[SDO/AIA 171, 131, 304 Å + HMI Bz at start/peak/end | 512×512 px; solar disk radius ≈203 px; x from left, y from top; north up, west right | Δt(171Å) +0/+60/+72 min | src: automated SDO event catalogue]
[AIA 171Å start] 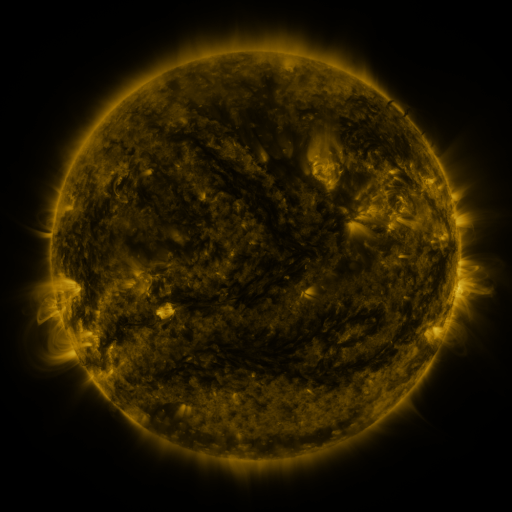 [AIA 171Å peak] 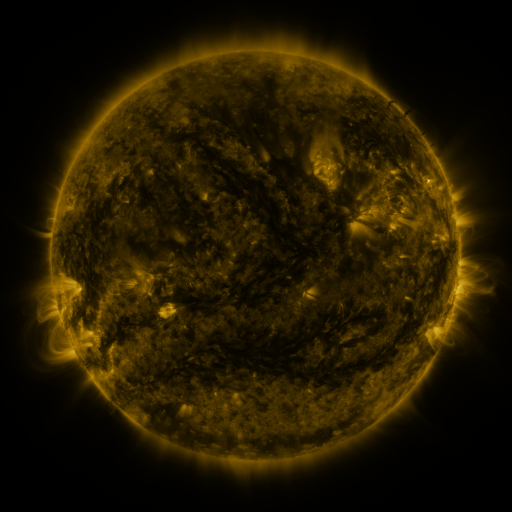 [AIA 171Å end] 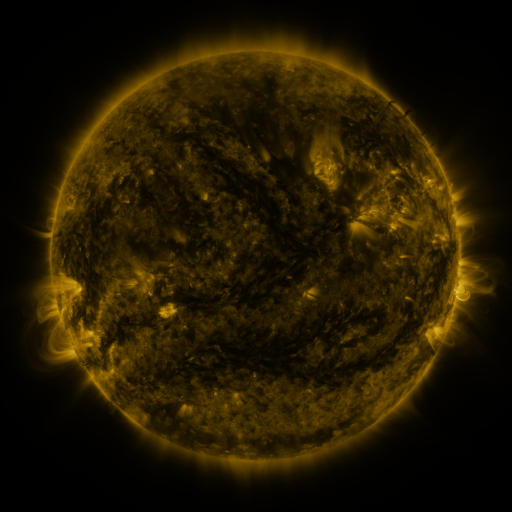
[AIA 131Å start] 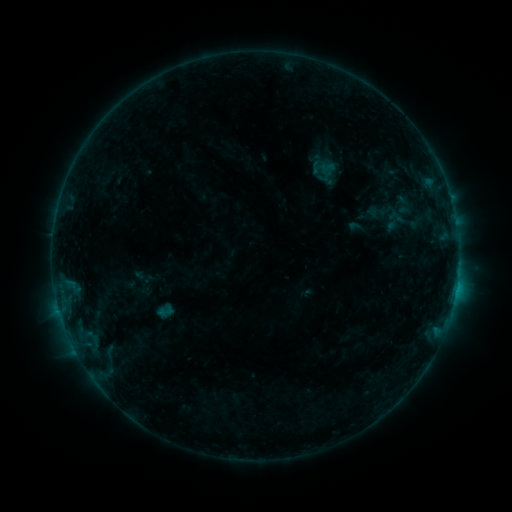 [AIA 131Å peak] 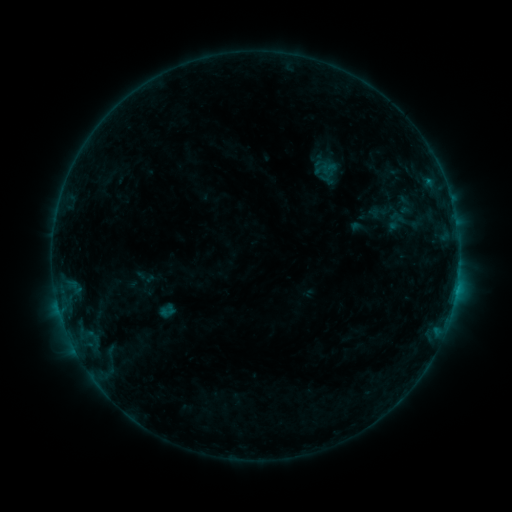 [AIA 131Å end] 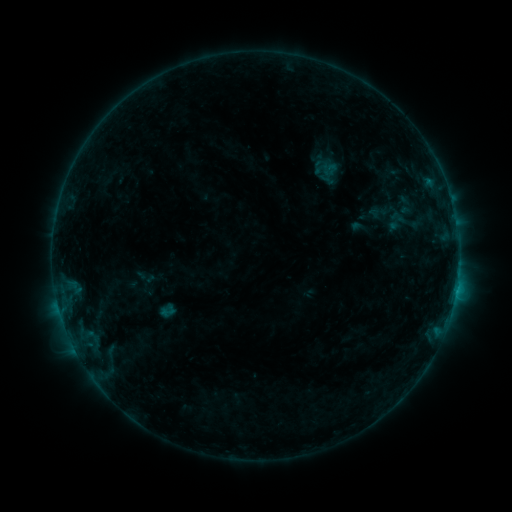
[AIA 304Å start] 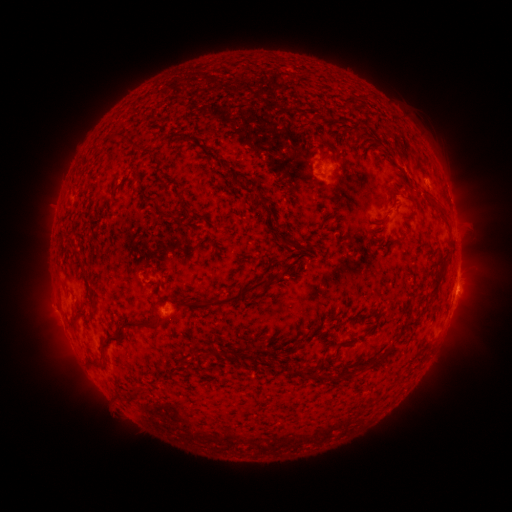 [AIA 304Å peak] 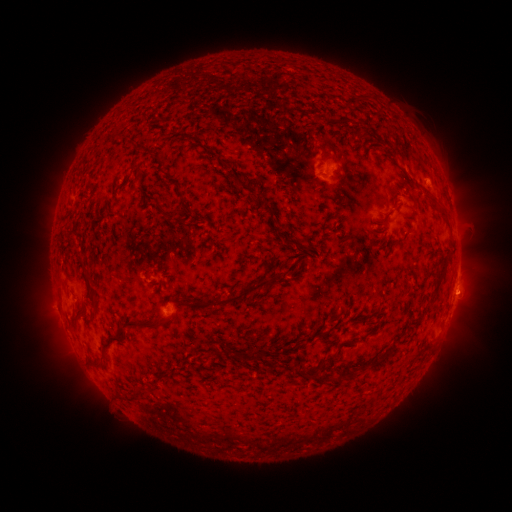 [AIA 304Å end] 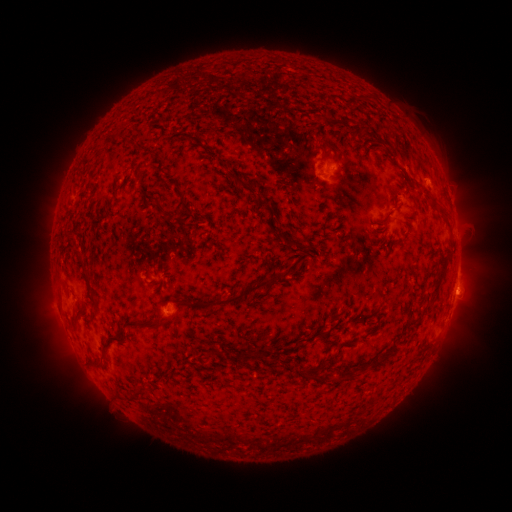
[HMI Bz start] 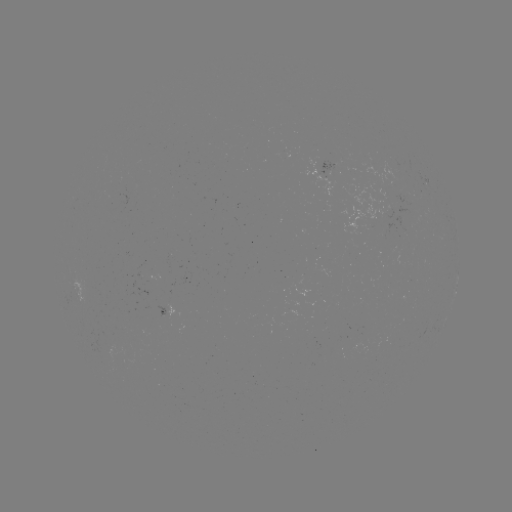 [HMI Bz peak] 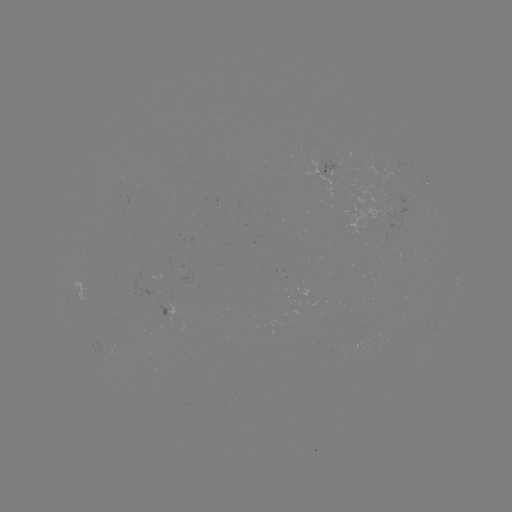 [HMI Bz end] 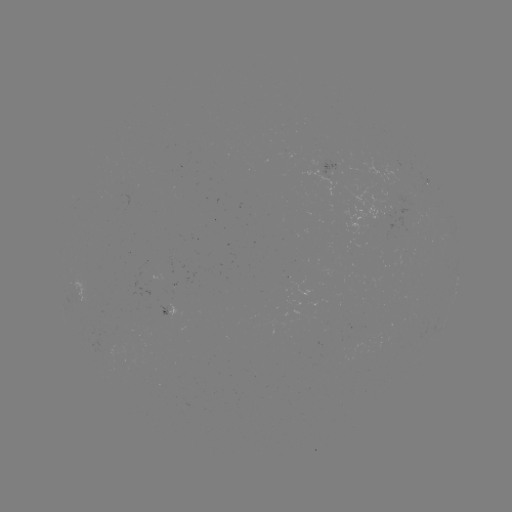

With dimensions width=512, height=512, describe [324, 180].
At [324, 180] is emerging-flux region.